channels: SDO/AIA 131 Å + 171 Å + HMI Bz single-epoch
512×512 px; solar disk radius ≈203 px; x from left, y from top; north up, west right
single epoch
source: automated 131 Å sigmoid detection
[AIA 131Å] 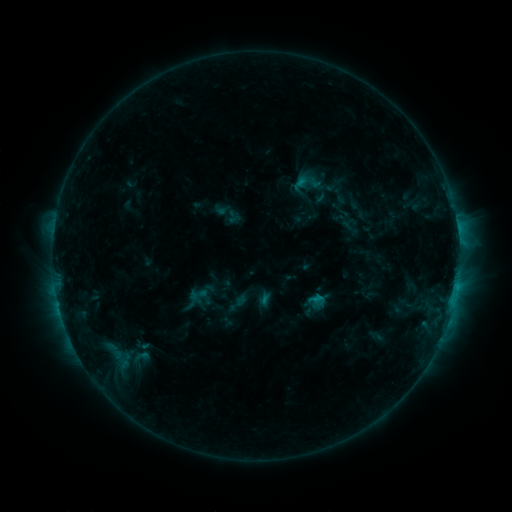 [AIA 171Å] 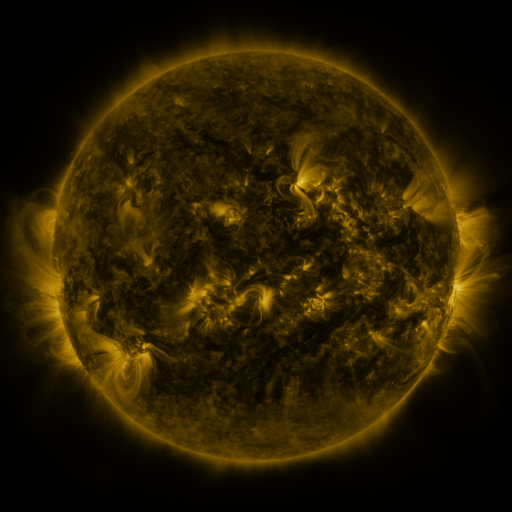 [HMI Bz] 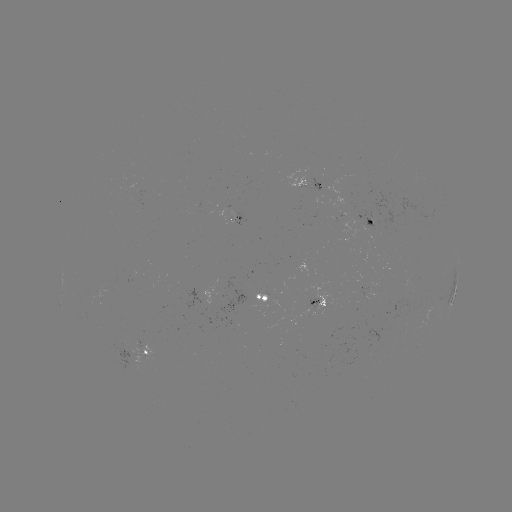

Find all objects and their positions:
sigmoid: (309, 181)
